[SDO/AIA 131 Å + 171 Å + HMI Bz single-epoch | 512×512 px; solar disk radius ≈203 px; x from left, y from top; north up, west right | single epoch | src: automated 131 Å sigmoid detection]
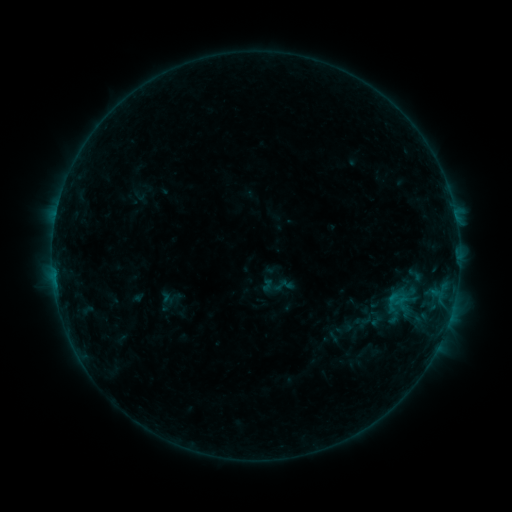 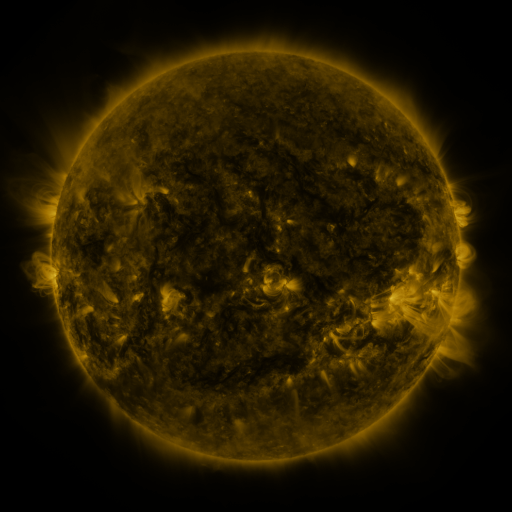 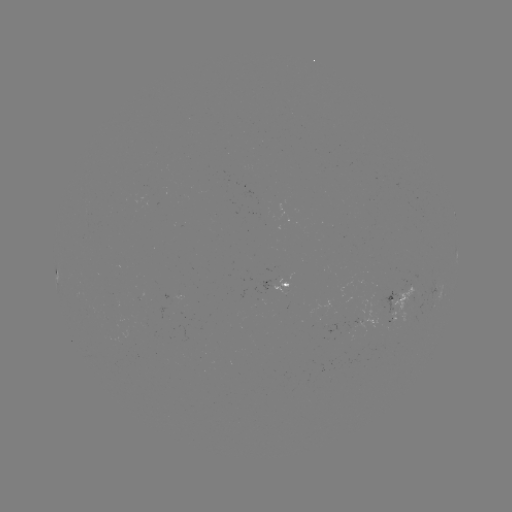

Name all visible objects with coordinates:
sigmoid: [406, 266, 424, 284]
sigmoid: [354, 311, 372, 329]
